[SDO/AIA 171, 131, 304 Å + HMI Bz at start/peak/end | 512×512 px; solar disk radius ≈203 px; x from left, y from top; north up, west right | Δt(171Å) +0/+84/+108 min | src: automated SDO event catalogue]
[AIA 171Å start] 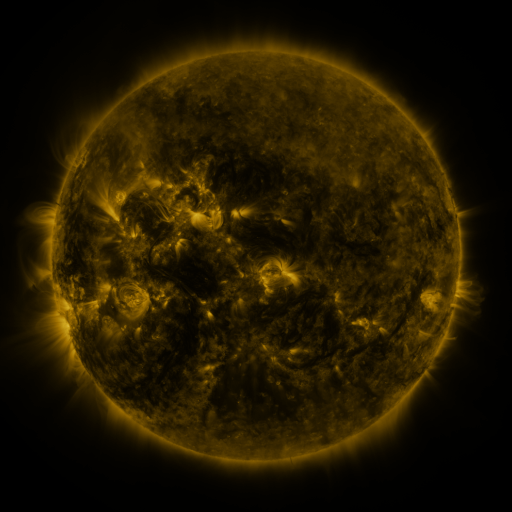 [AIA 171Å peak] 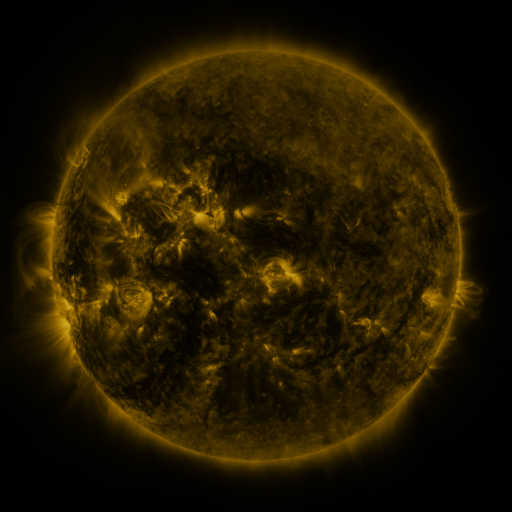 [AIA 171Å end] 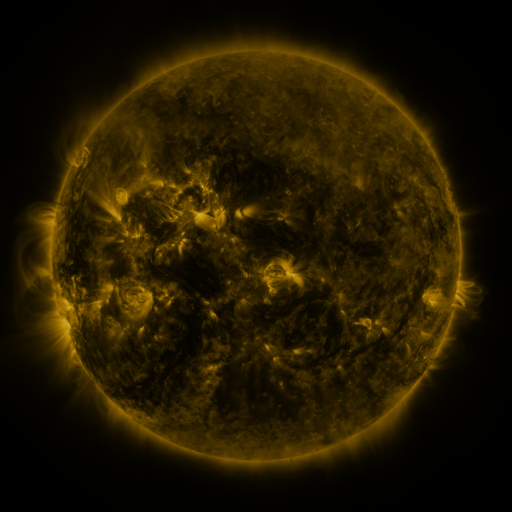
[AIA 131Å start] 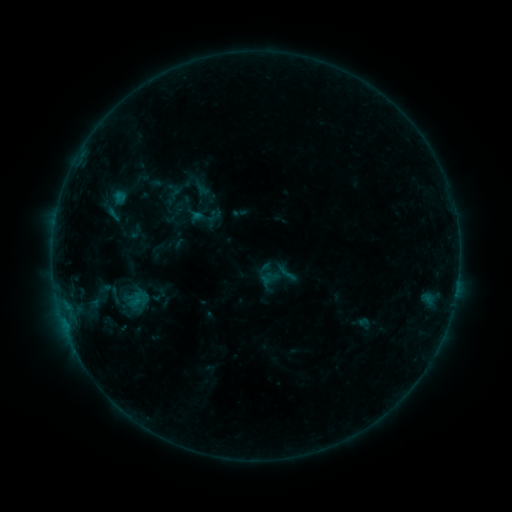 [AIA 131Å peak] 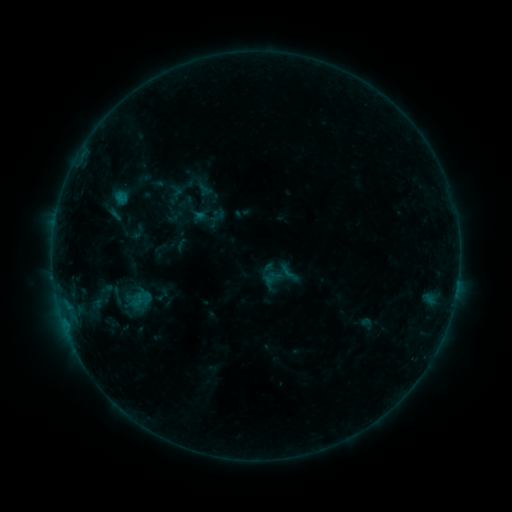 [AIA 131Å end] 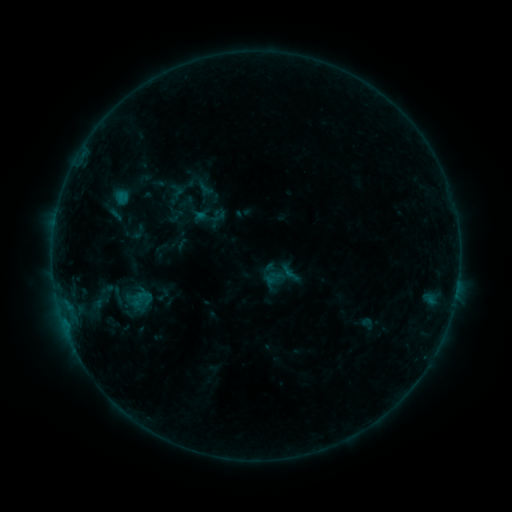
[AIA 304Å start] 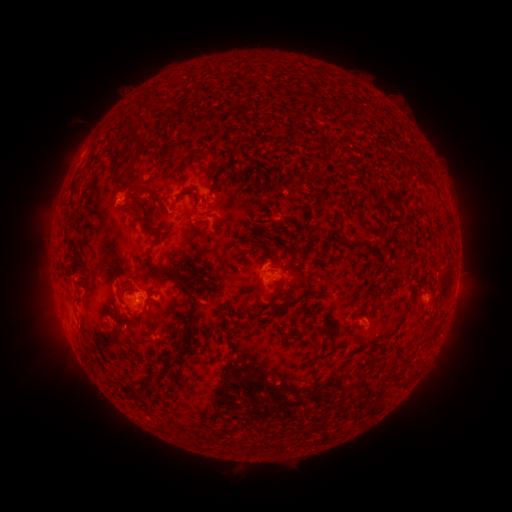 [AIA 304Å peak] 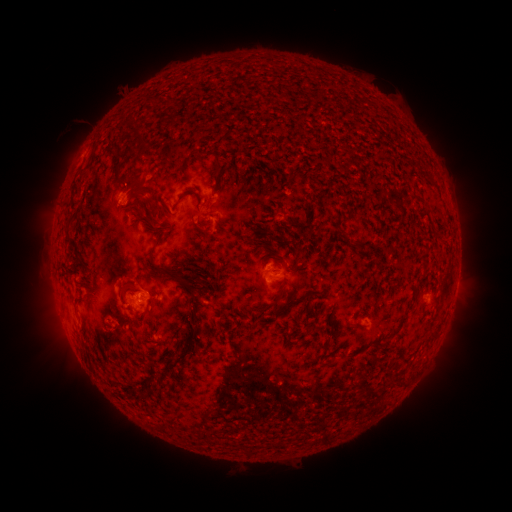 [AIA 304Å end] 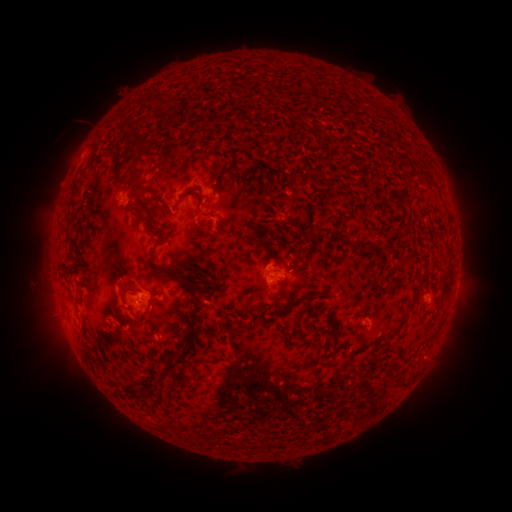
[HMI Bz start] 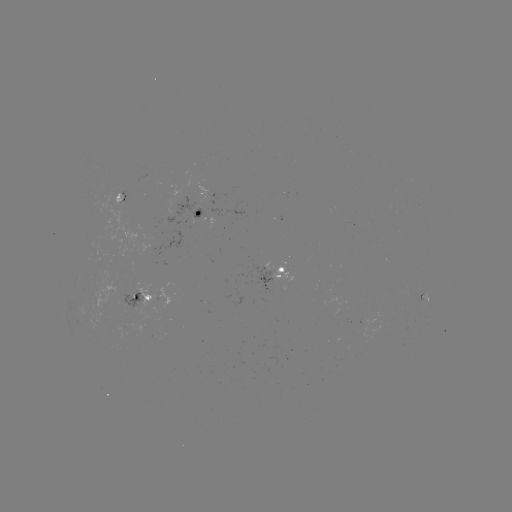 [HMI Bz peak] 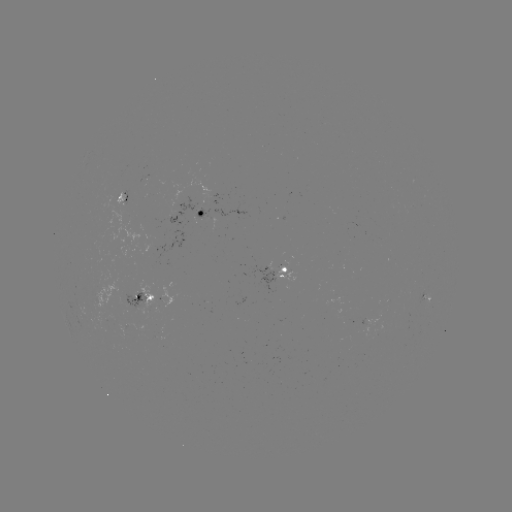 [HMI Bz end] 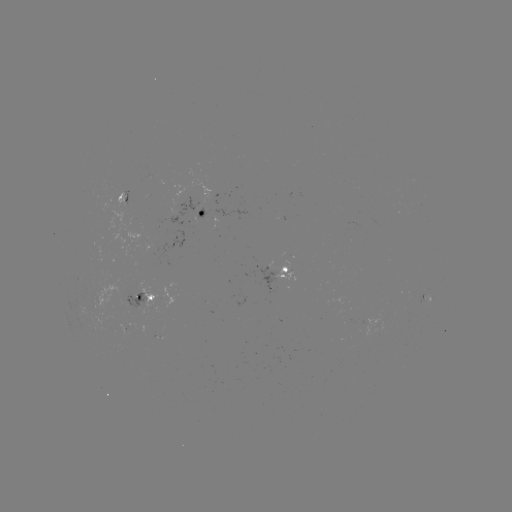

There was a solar emerging-flux region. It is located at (102, 320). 